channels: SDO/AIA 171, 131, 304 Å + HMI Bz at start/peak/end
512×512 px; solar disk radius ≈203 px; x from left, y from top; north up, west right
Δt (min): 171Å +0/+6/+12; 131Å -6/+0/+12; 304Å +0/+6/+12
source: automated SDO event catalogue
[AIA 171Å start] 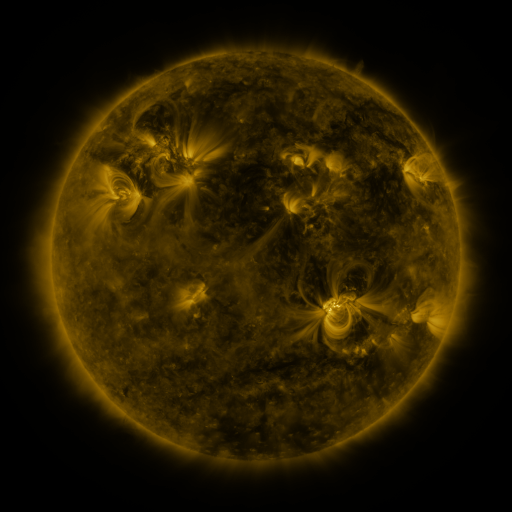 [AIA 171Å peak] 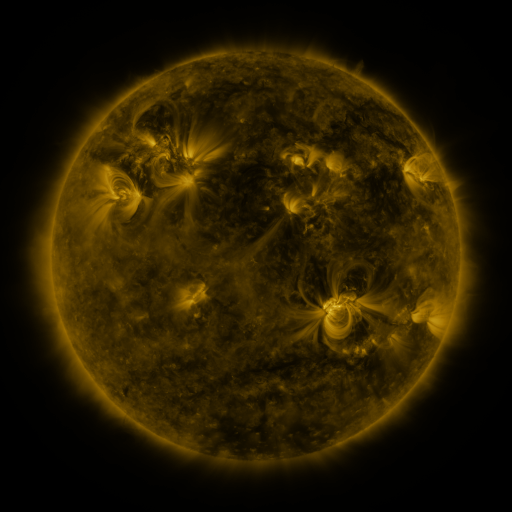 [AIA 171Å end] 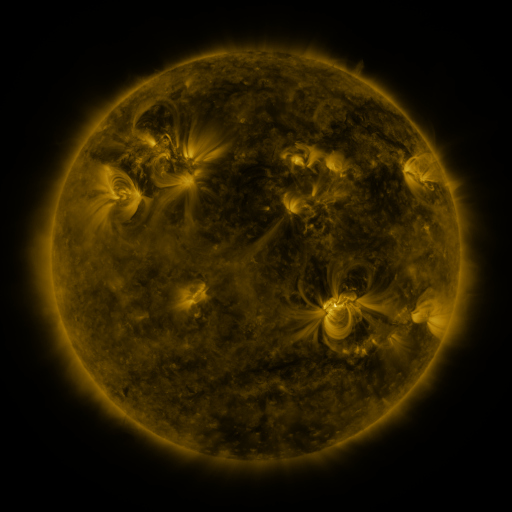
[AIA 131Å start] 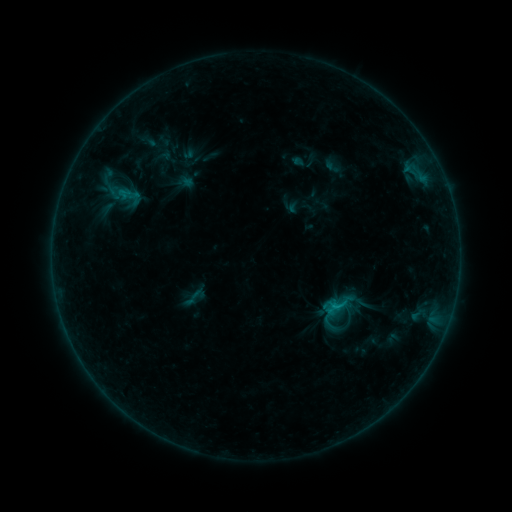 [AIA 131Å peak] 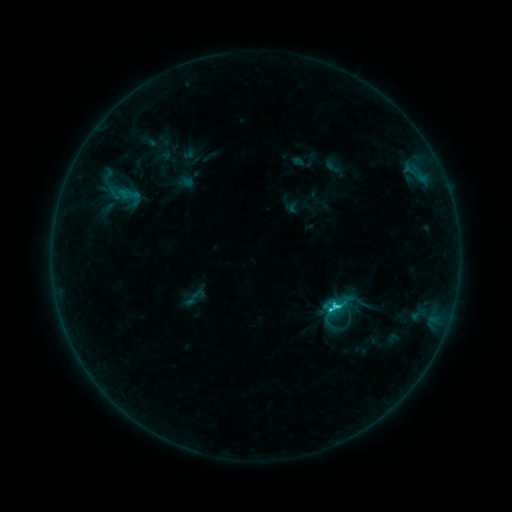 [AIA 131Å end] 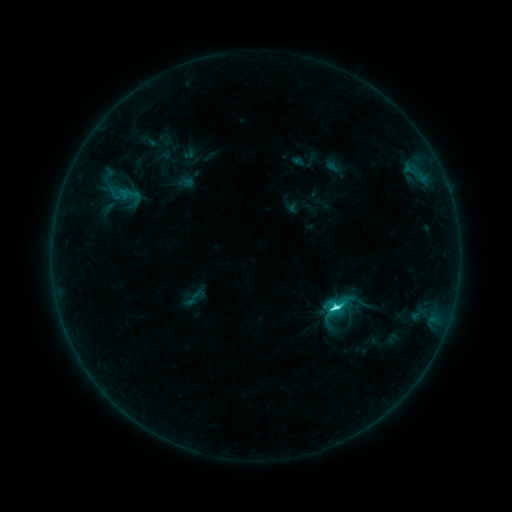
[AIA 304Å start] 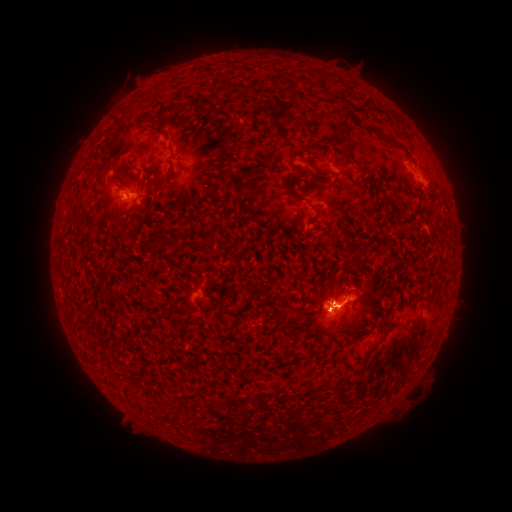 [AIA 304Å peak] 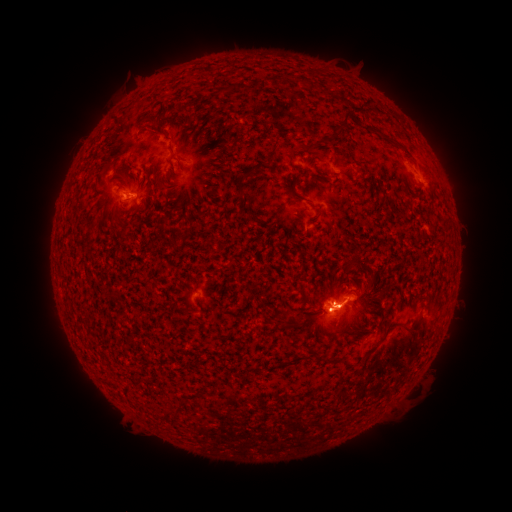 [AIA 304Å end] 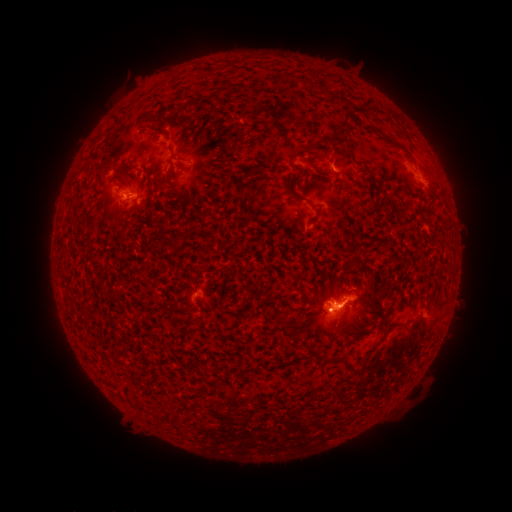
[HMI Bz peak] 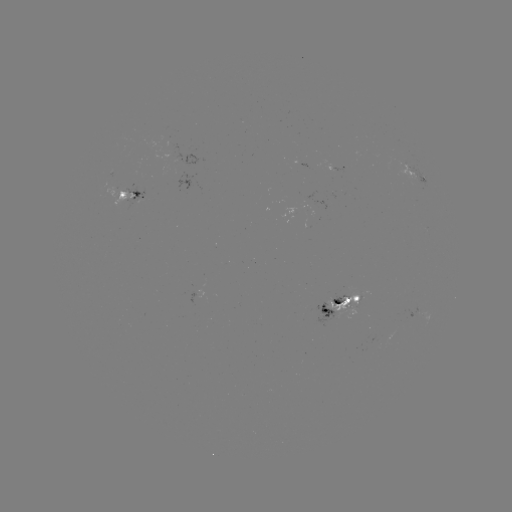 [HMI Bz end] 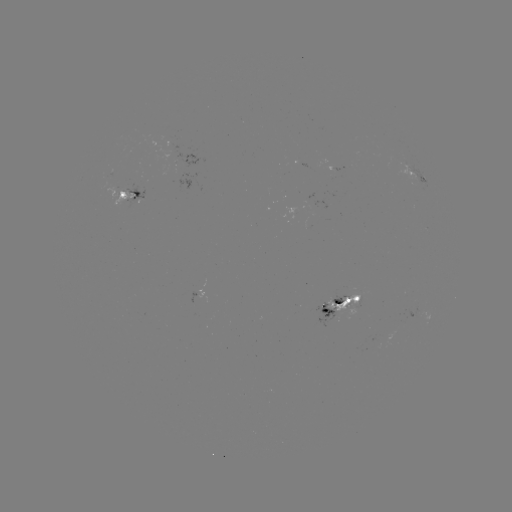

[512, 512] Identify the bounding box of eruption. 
[37, 44, 246, 240].